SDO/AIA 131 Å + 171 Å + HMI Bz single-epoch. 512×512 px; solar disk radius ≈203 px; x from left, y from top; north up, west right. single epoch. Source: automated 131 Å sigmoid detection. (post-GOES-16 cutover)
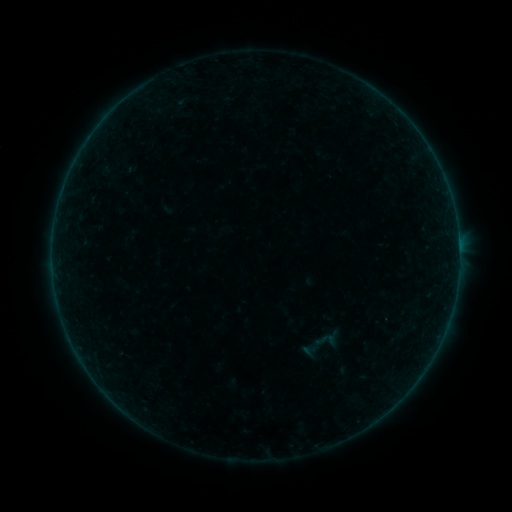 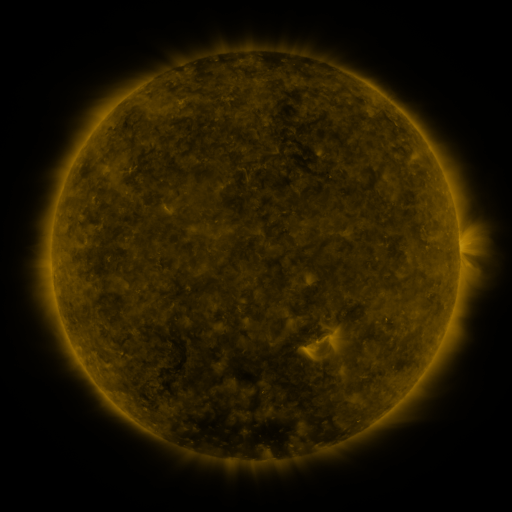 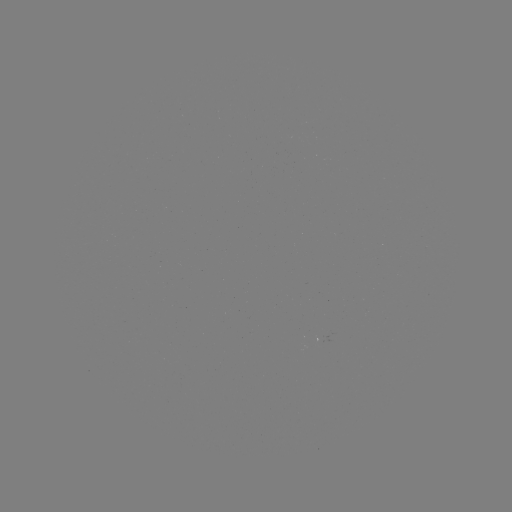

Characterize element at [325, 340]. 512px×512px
sigmoid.